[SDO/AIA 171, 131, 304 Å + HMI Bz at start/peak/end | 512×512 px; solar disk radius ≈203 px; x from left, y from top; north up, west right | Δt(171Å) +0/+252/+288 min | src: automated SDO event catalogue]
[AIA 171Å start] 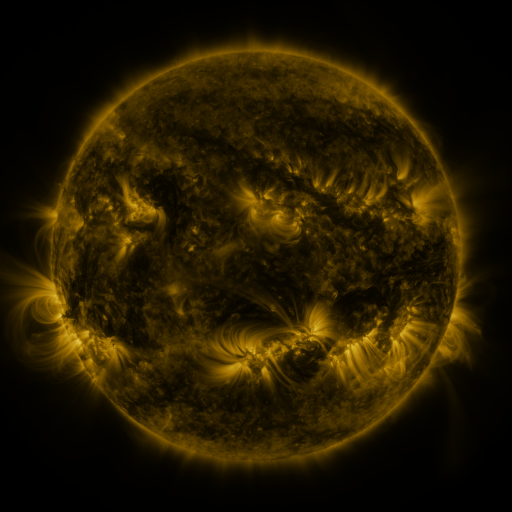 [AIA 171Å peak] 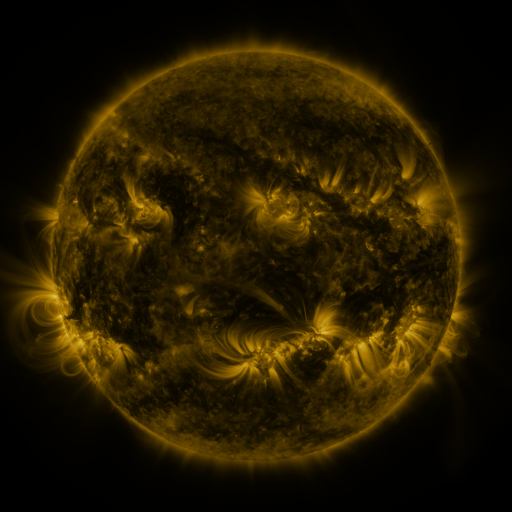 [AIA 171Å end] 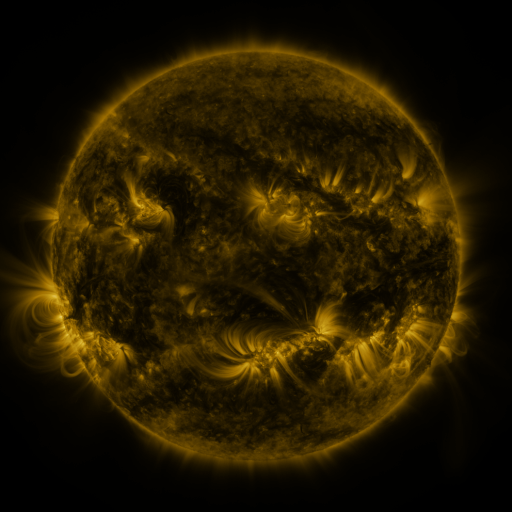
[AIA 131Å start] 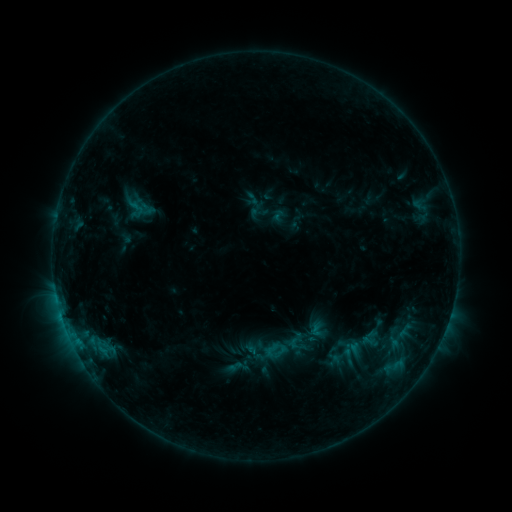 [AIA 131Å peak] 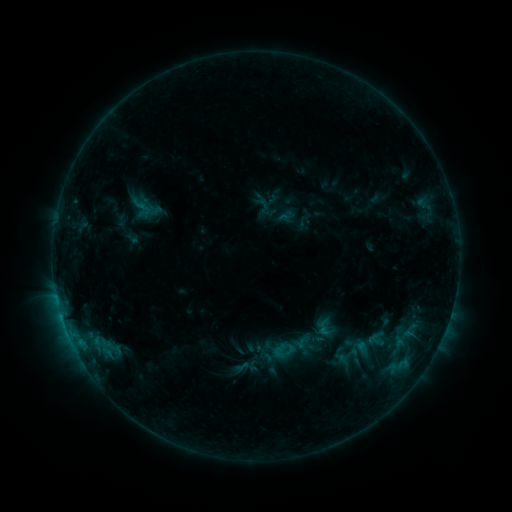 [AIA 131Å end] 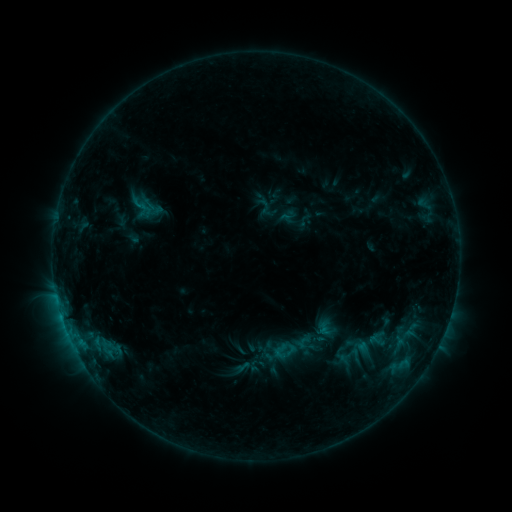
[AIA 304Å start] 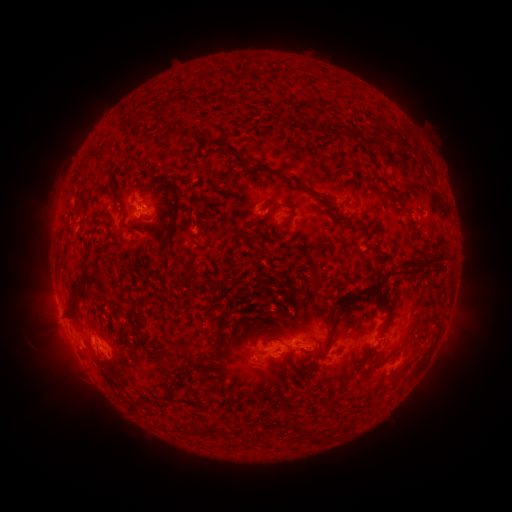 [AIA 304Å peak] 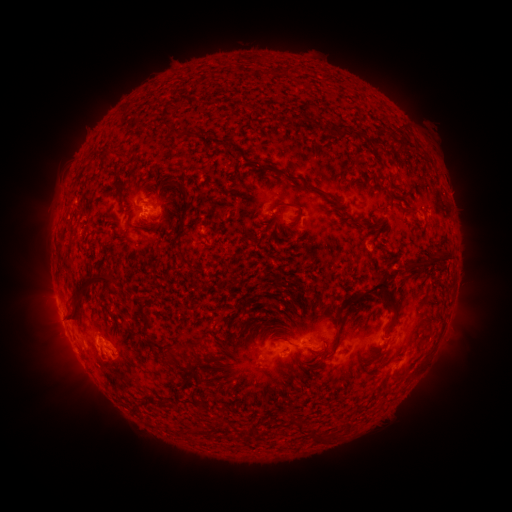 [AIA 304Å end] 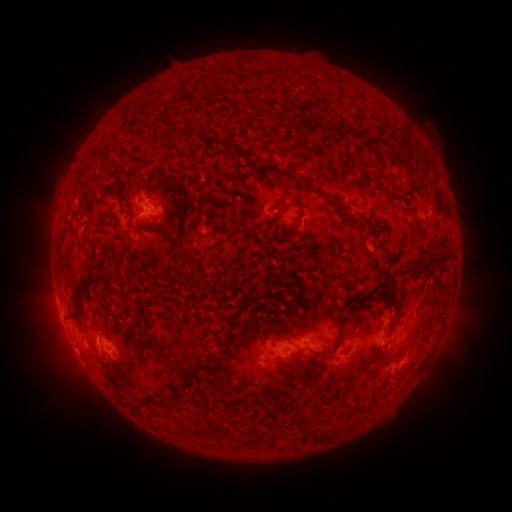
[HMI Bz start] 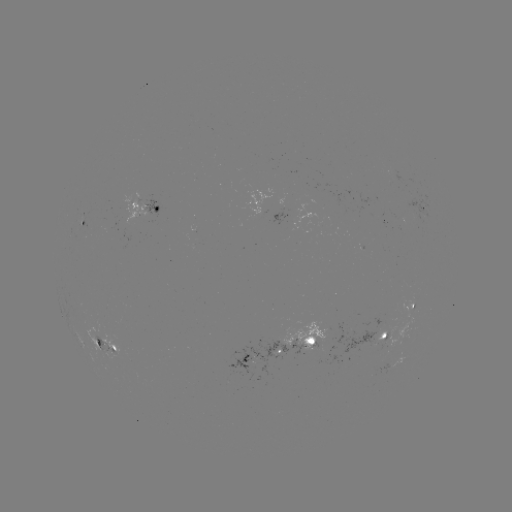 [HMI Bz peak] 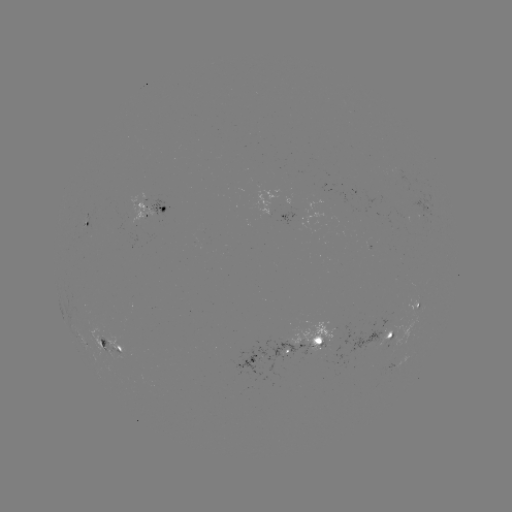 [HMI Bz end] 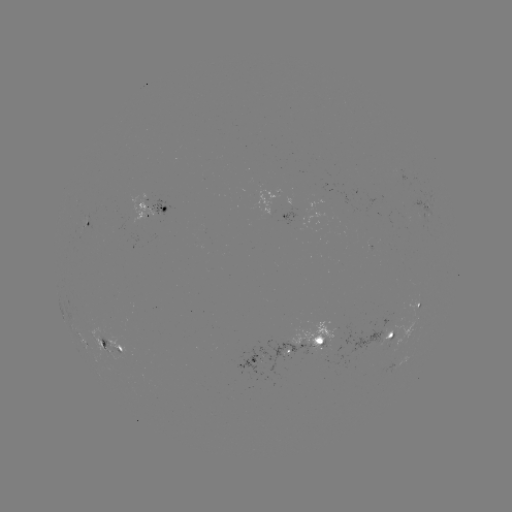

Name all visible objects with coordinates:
emerging-flux region: (385, 342)
